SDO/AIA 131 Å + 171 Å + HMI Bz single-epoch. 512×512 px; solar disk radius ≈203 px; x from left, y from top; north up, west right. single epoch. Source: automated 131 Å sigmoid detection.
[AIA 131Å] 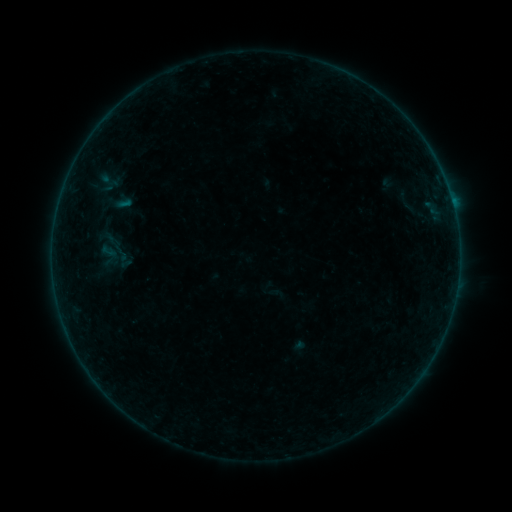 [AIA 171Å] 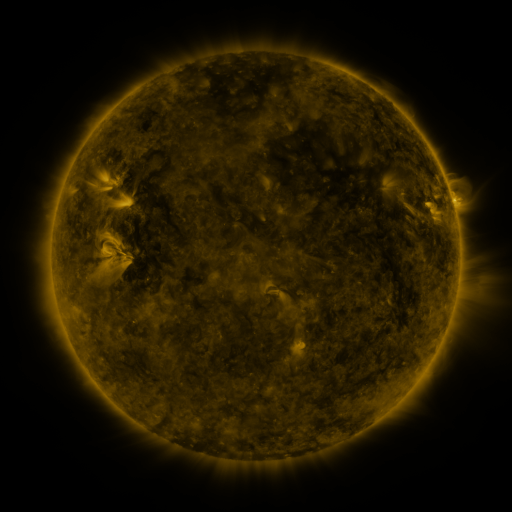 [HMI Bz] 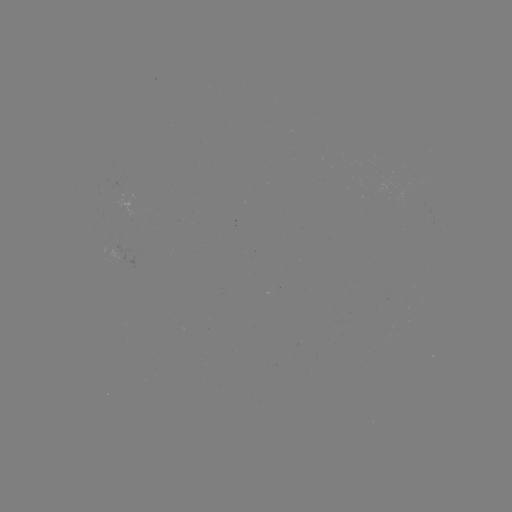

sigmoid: <bbox>95, 239, 123, 271</bbox>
